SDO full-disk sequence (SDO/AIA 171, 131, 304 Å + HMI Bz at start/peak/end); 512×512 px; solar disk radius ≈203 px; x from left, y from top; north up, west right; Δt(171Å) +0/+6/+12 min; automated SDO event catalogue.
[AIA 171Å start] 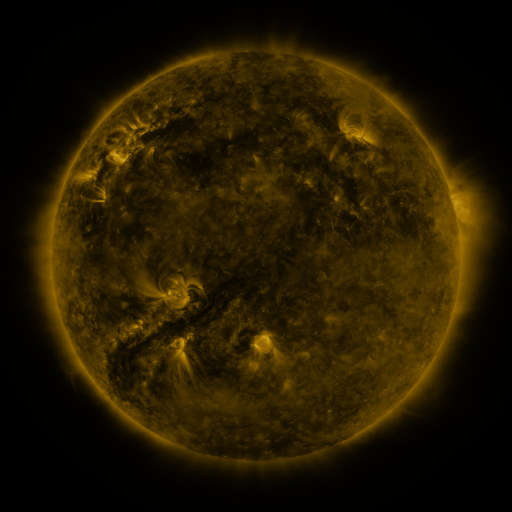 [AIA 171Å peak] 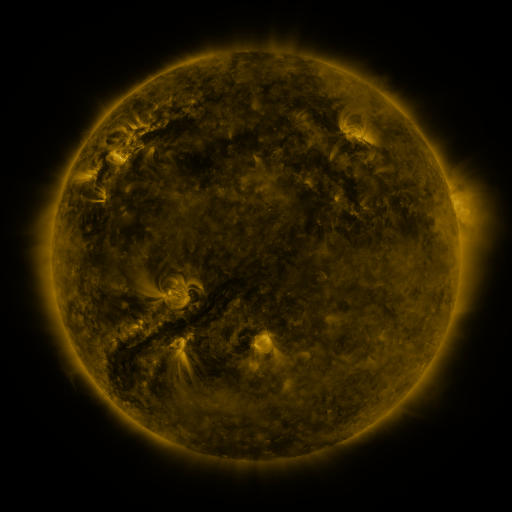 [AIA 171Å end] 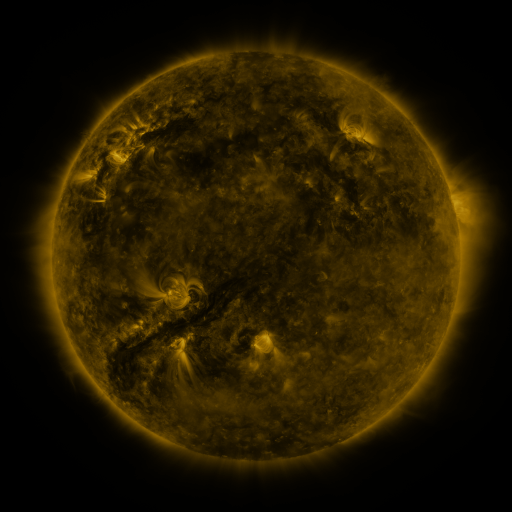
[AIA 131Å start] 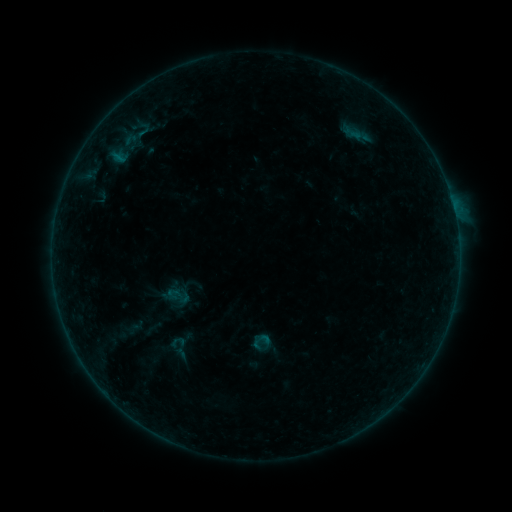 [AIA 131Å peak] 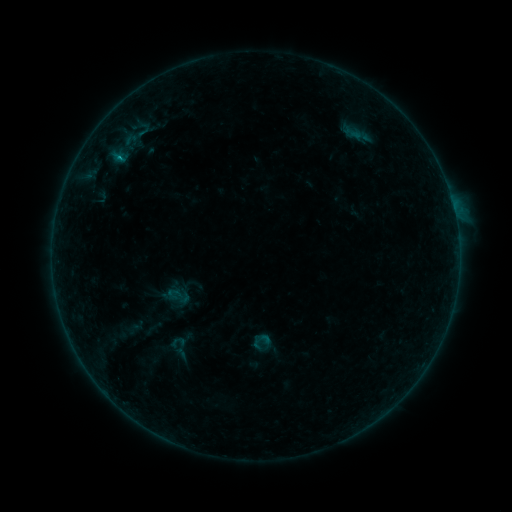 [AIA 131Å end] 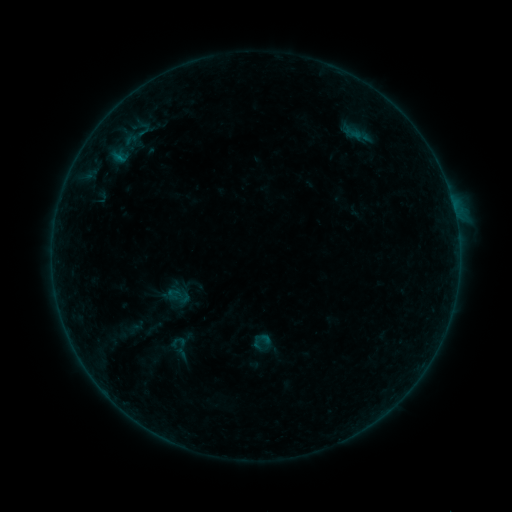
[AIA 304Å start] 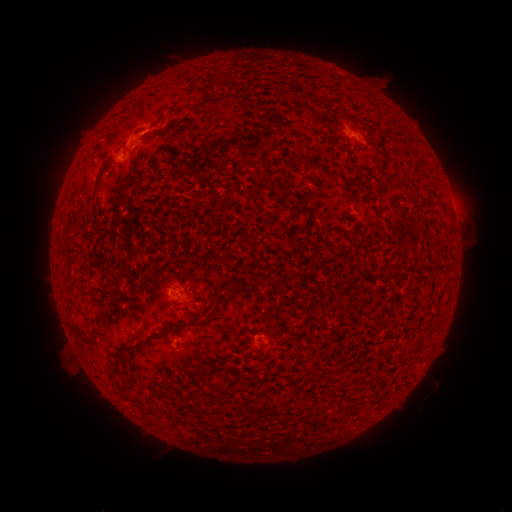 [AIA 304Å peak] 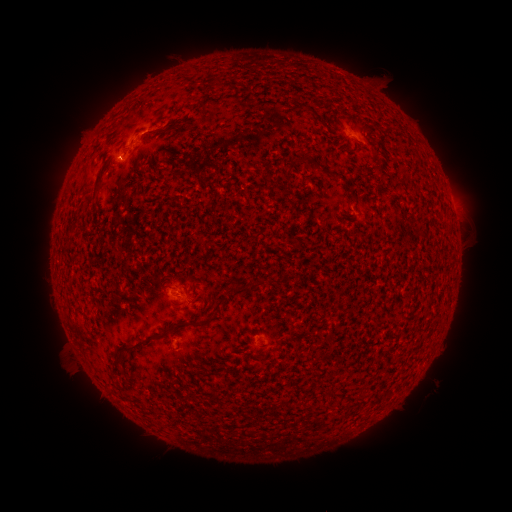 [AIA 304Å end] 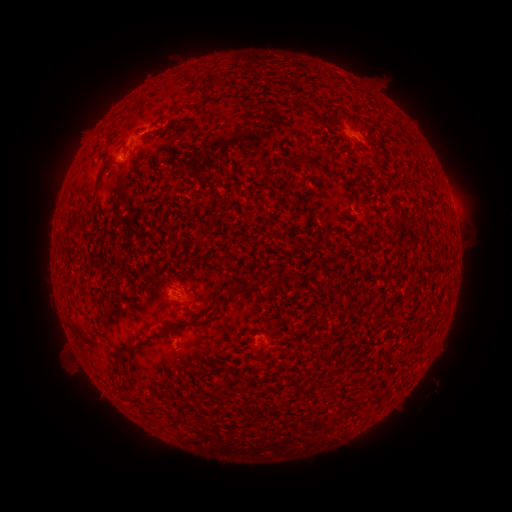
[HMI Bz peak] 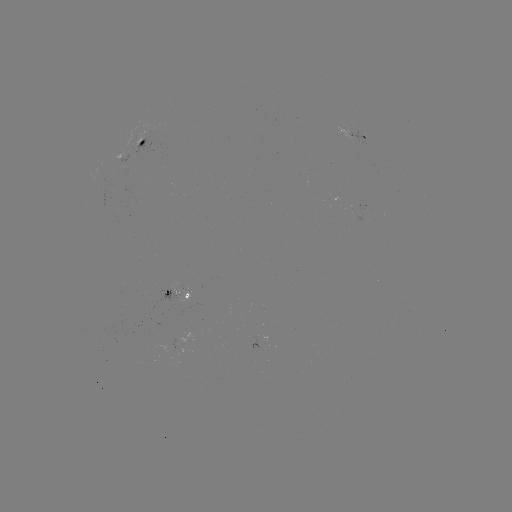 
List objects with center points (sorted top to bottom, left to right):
B2.3 flare: (145, 126)
